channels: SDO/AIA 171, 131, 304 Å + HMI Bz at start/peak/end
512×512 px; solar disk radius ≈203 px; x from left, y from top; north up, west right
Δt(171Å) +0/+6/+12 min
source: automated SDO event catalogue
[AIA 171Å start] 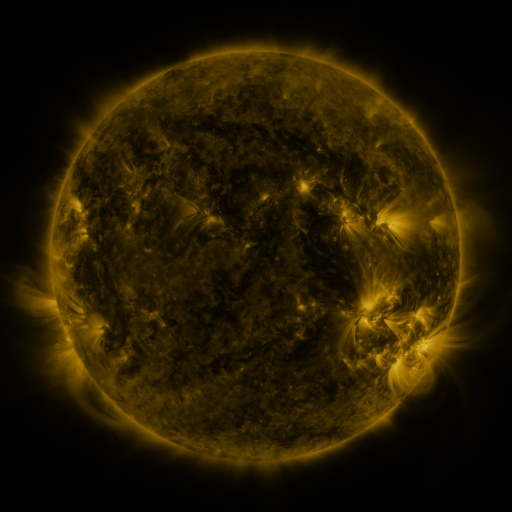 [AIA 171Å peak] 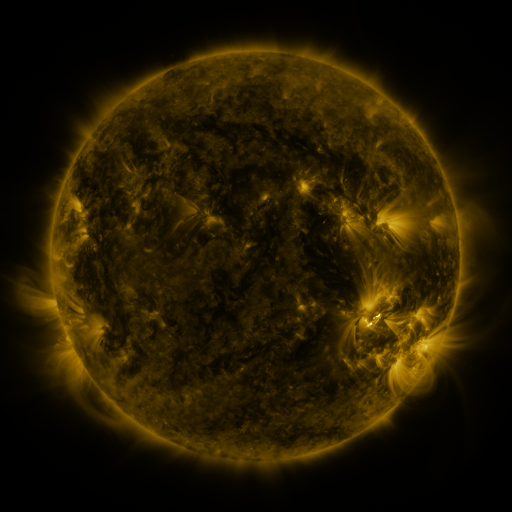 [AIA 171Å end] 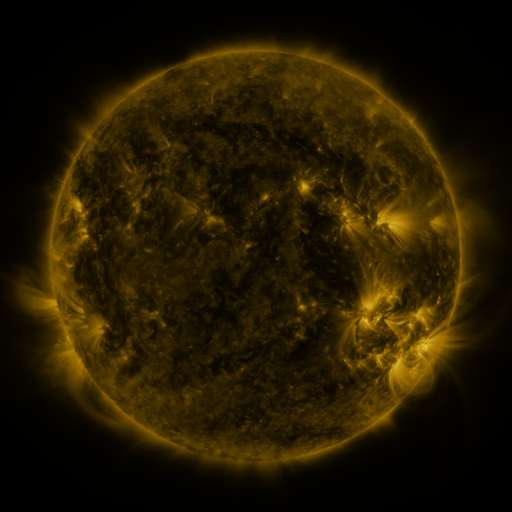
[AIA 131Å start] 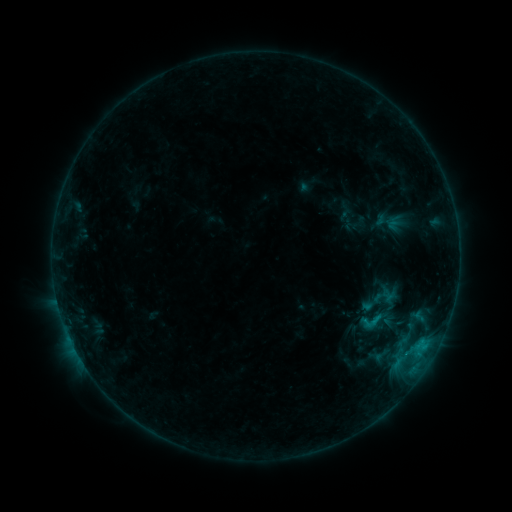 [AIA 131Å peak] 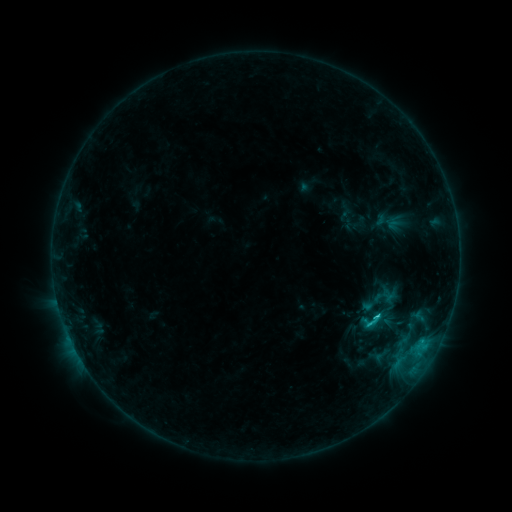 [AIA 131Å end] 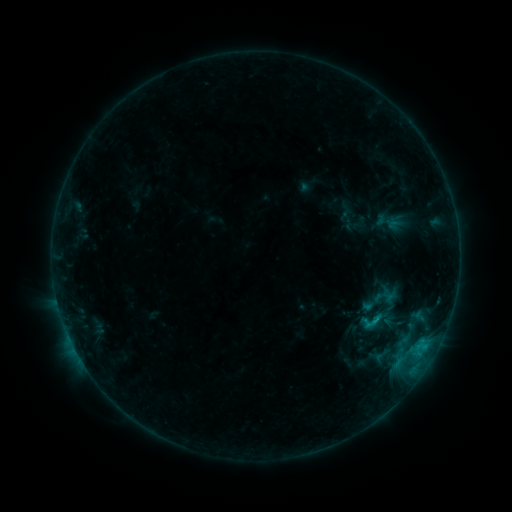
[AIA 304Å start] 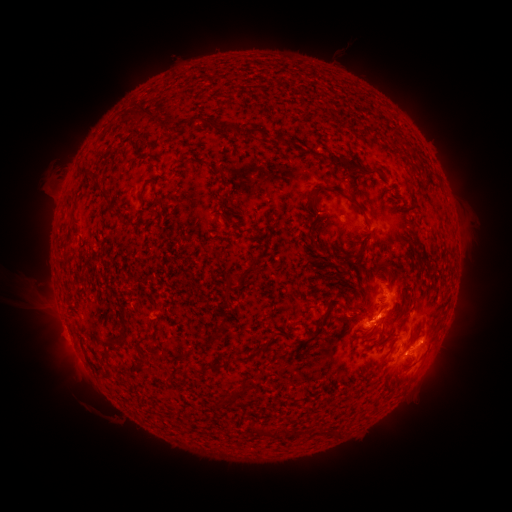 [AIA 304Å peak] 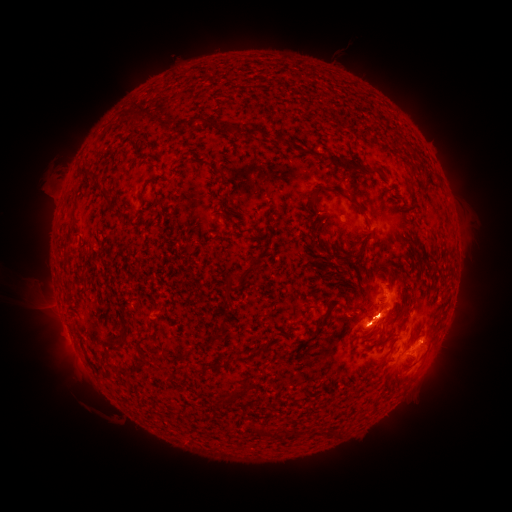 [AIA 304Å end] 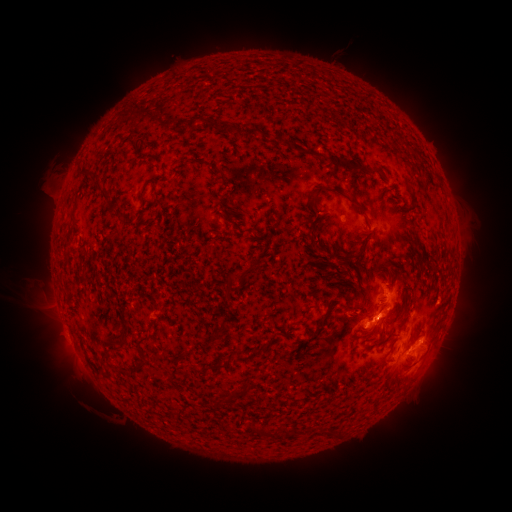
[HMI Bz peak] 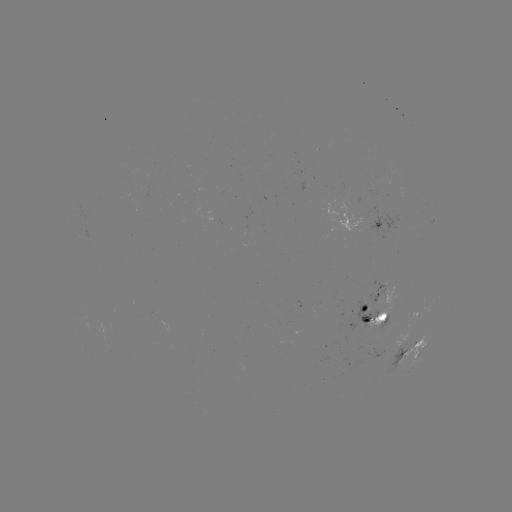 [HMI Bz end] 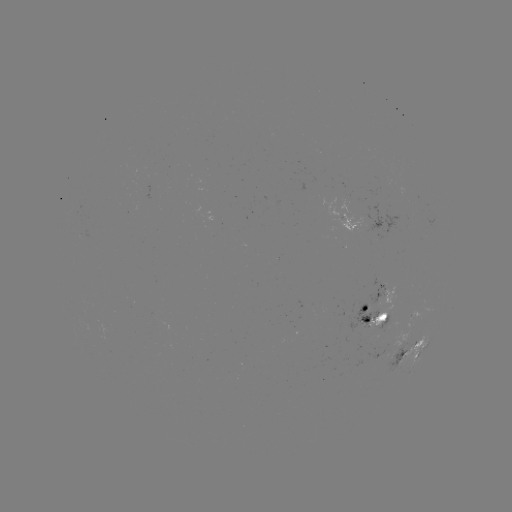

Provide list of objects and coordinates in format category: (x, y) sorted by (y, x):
C1.1 flare: (373, 319)
